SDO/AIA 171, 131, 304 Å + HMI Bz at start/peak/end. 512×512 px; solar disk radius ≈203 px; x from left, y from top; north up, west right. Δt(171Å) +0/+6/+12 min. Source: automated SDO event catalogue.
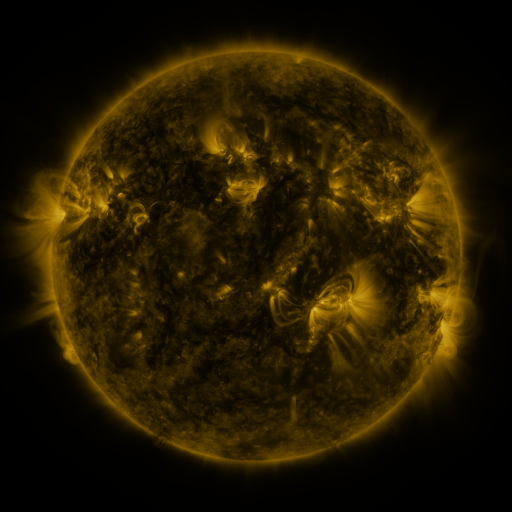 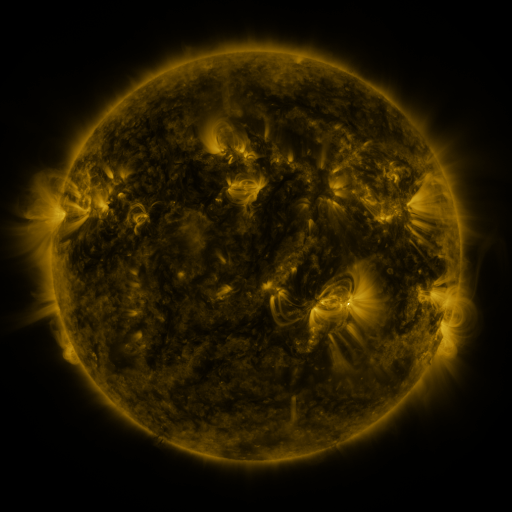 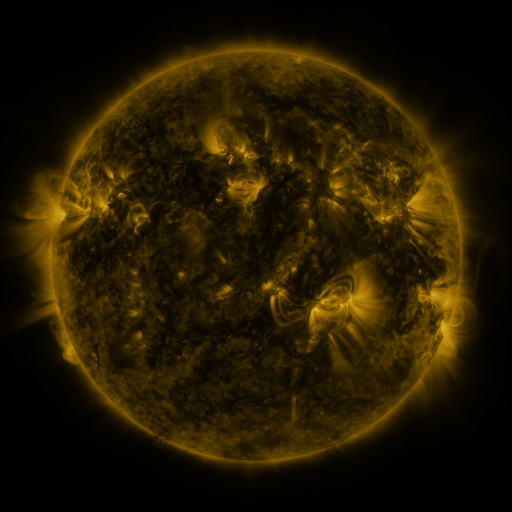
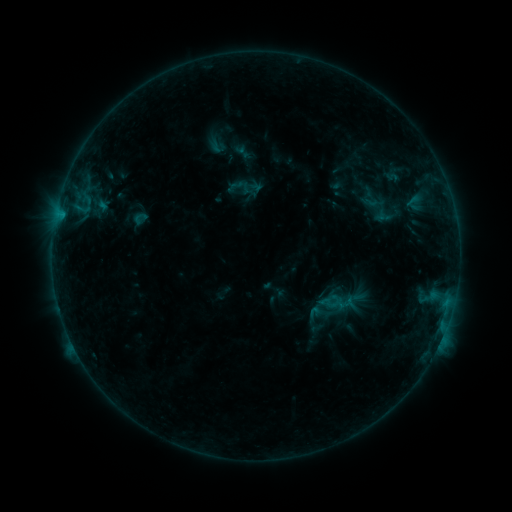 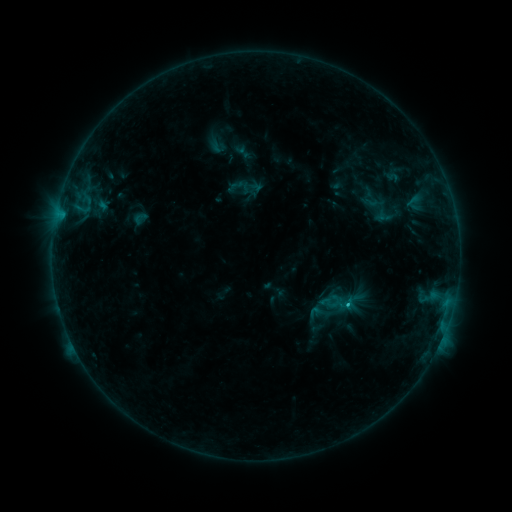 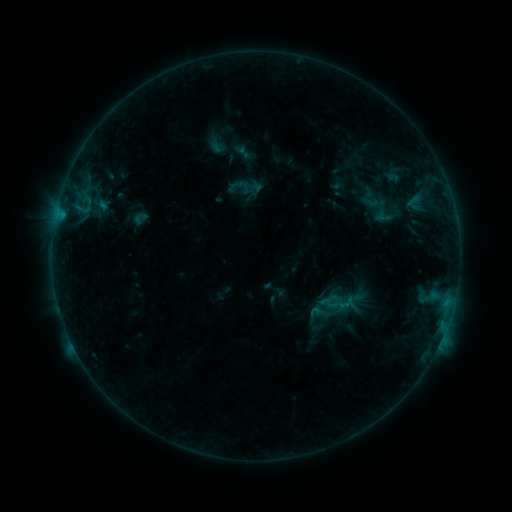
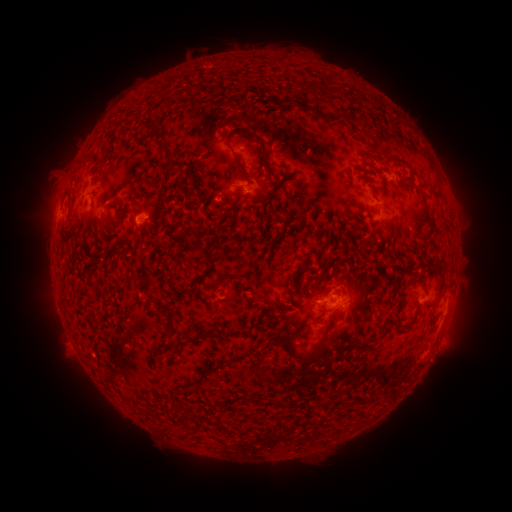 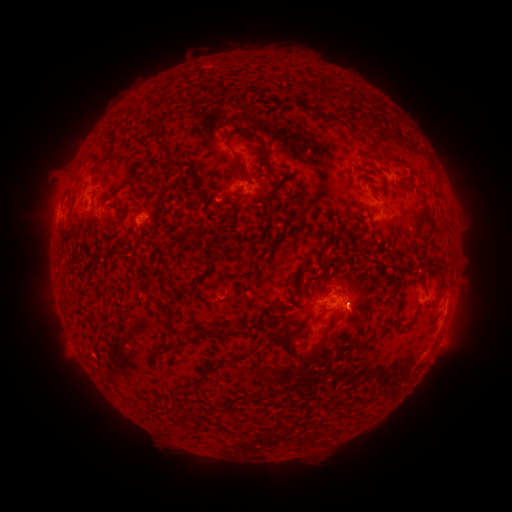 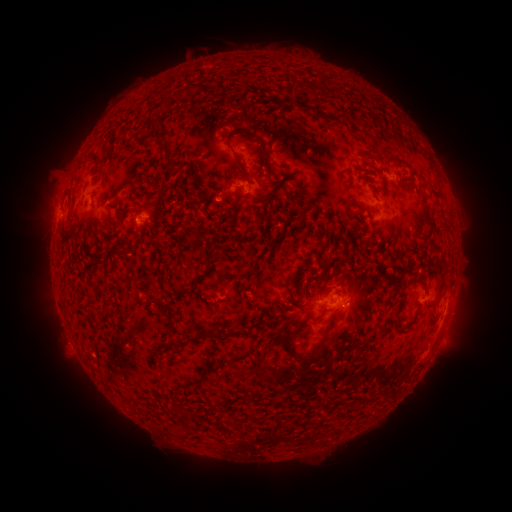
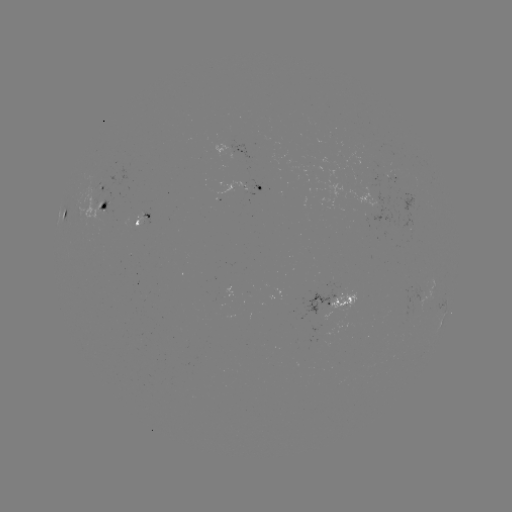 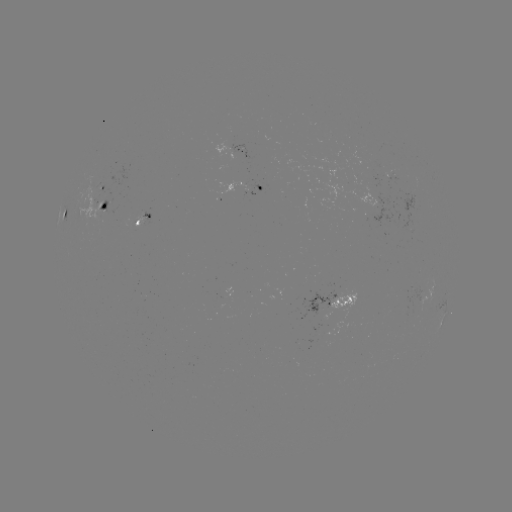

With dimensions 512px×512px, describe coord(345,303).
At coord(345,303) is B6.7 flare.